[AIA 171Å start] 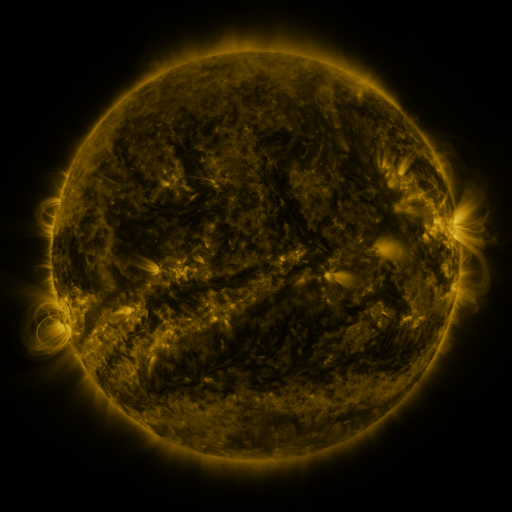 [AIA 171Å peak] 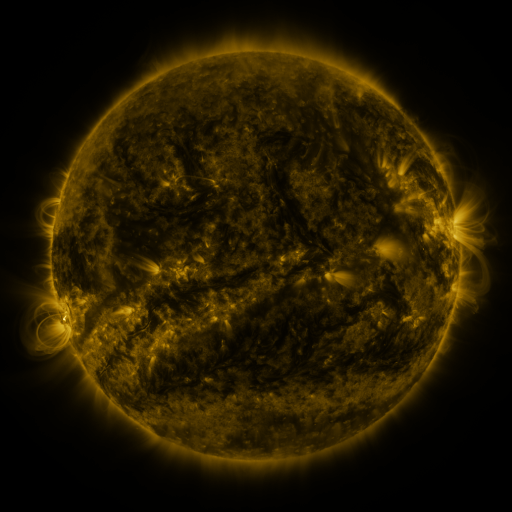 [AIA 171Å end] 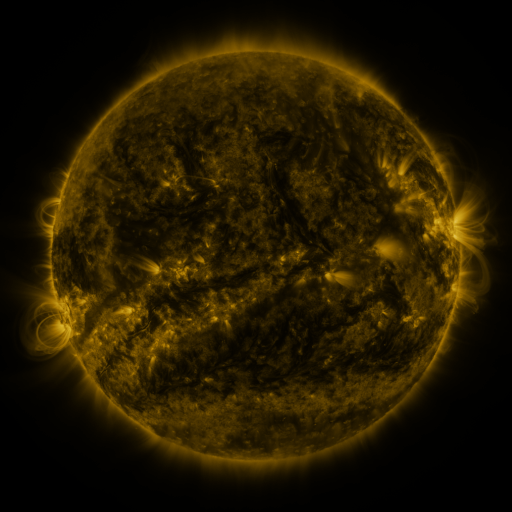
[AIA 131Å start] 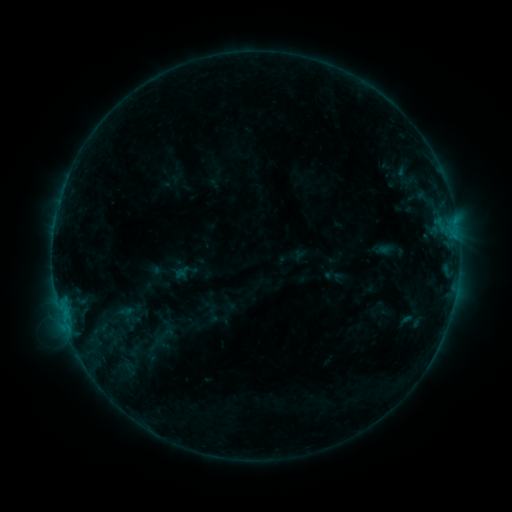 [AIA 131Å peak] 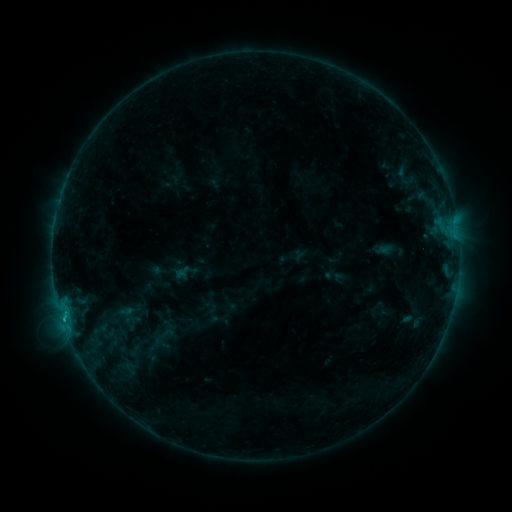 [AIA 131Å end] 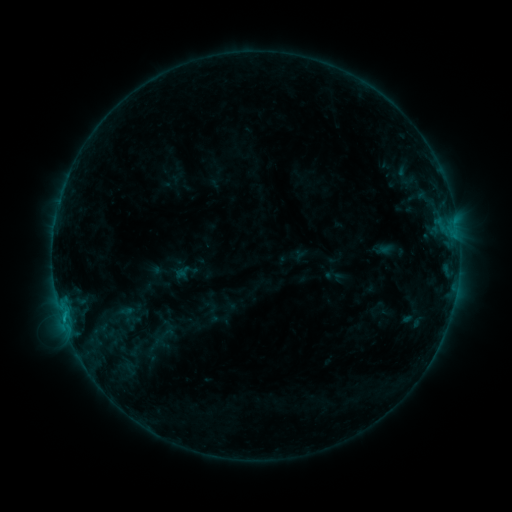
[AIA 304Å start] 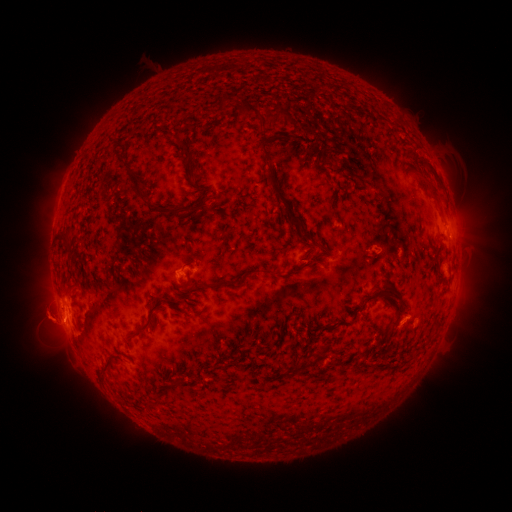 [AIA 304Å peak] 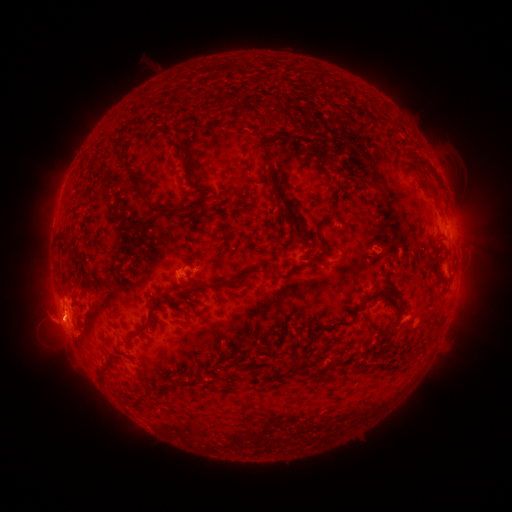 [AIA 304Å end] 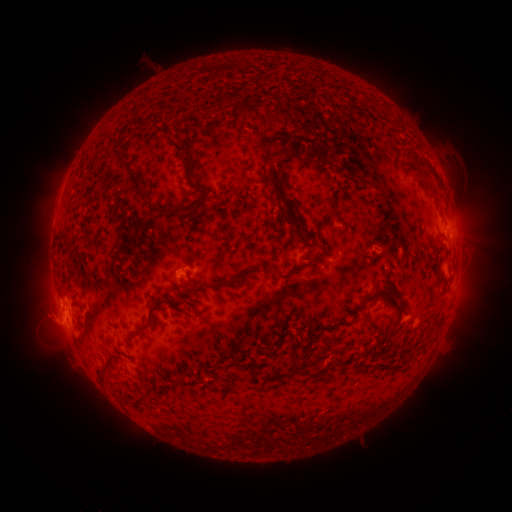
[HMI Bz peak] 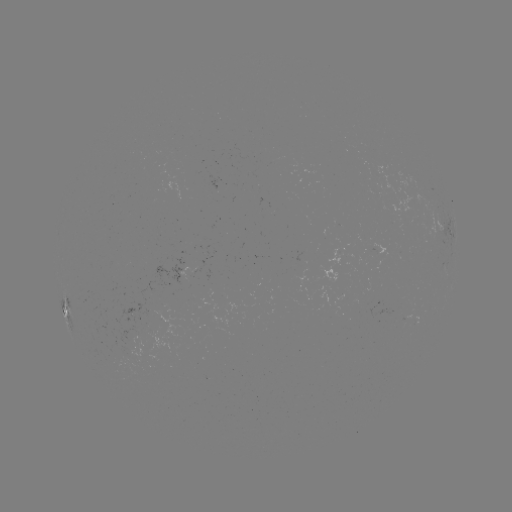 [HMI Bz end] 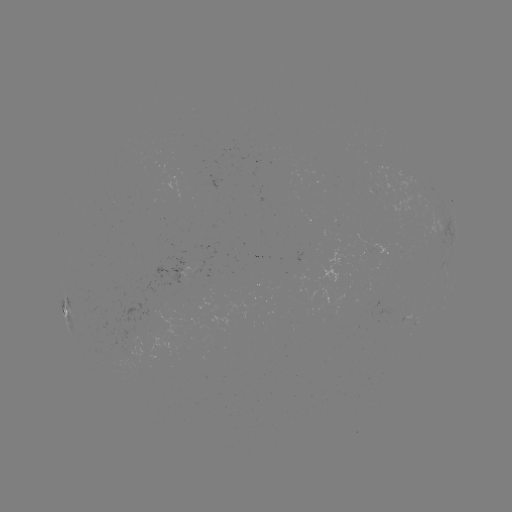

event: flare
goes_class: C1.0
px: (63, 316)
